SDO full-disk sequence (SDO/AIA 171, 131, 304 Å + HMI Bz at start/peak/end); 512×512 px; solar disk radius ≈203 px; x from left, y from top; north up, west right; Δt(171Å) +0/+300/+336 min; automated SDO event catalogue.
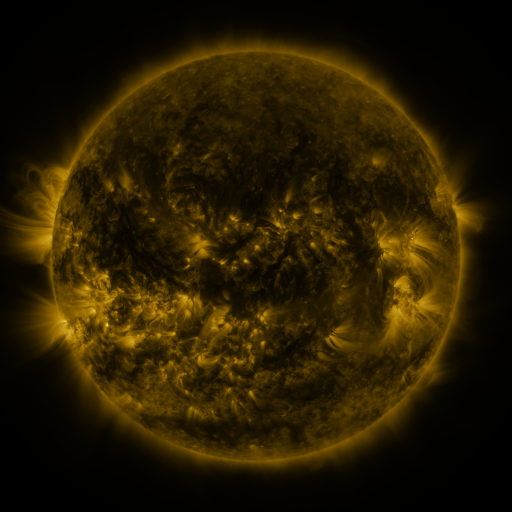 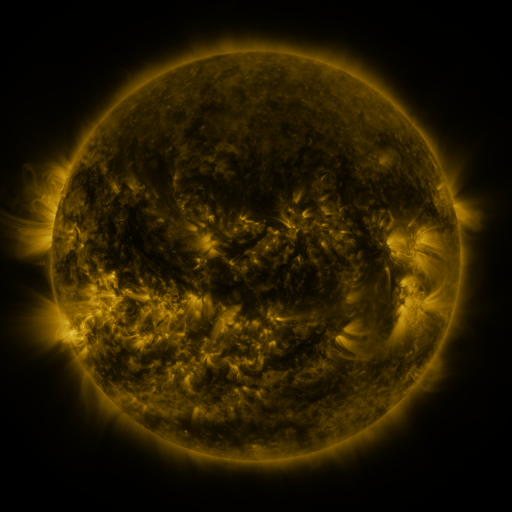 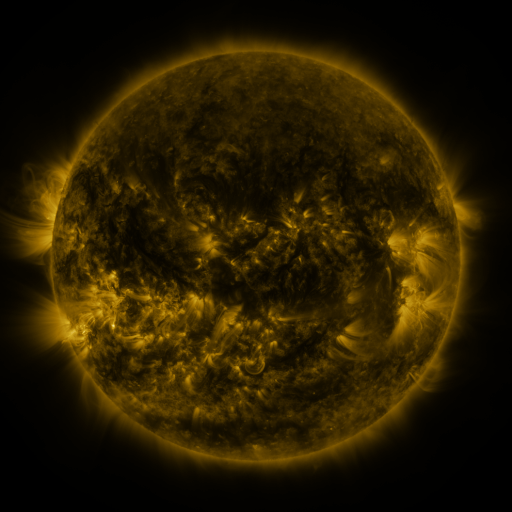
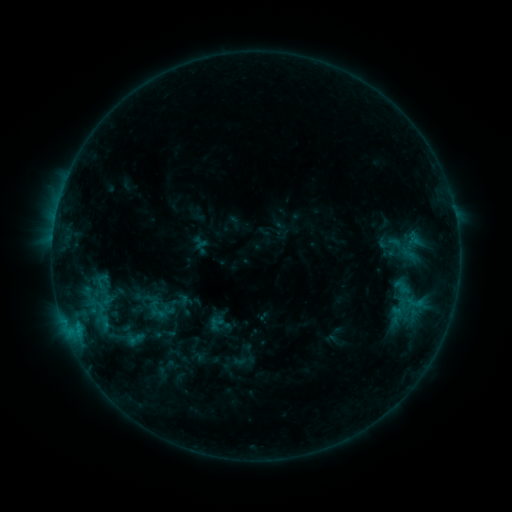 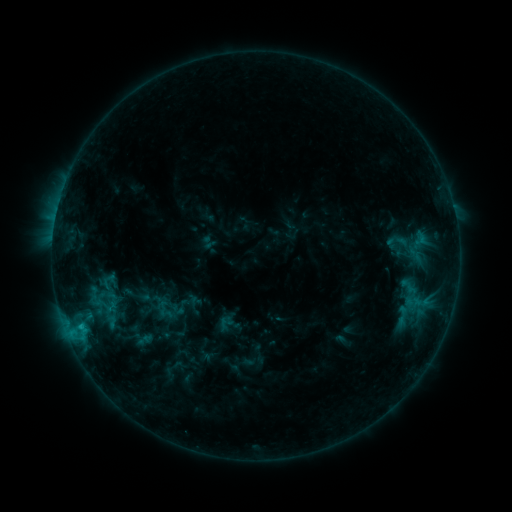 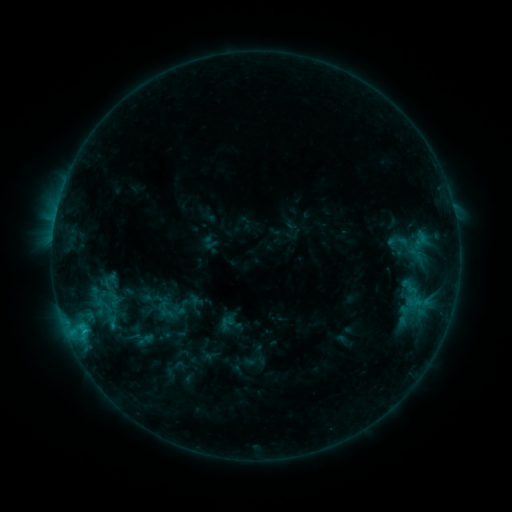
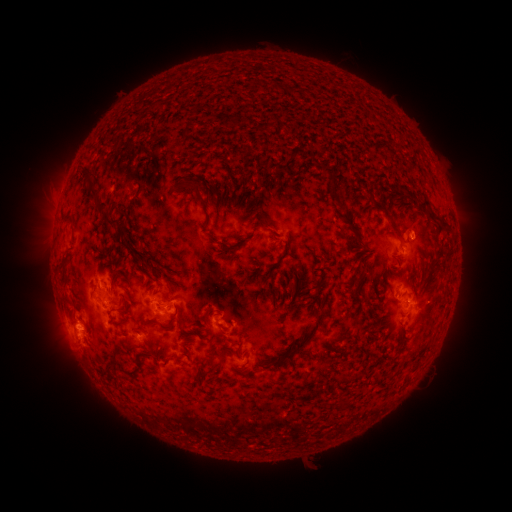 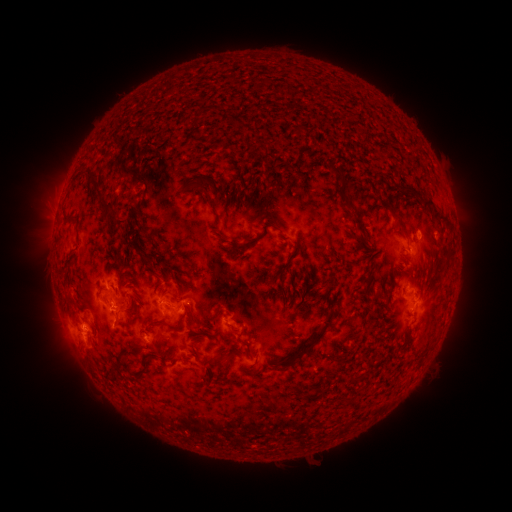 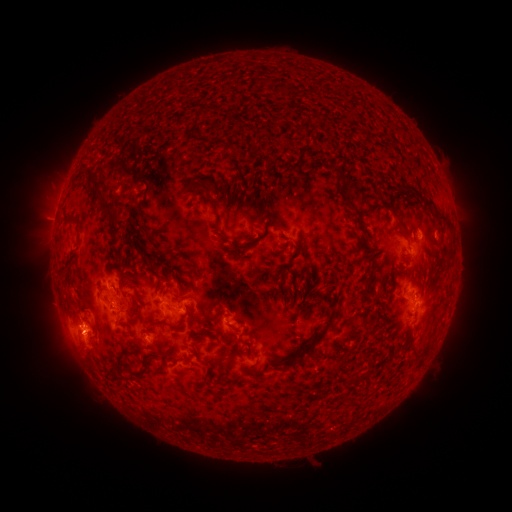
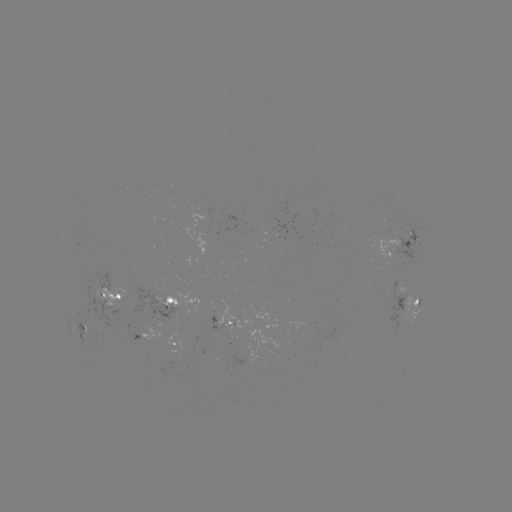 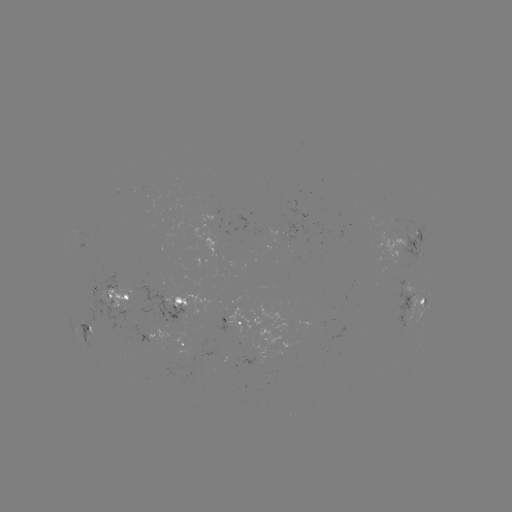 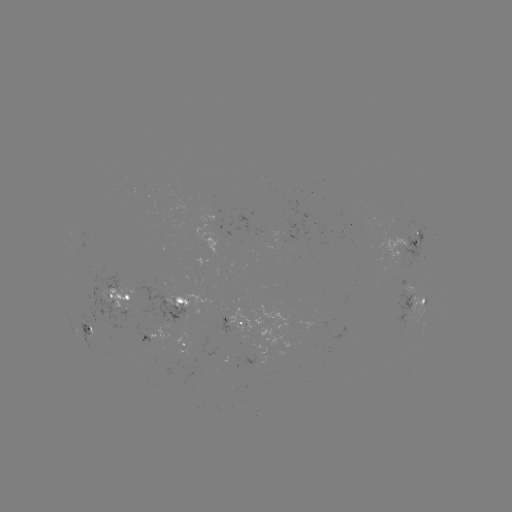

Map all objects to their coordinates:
emerging-flux region: (407, 295)
